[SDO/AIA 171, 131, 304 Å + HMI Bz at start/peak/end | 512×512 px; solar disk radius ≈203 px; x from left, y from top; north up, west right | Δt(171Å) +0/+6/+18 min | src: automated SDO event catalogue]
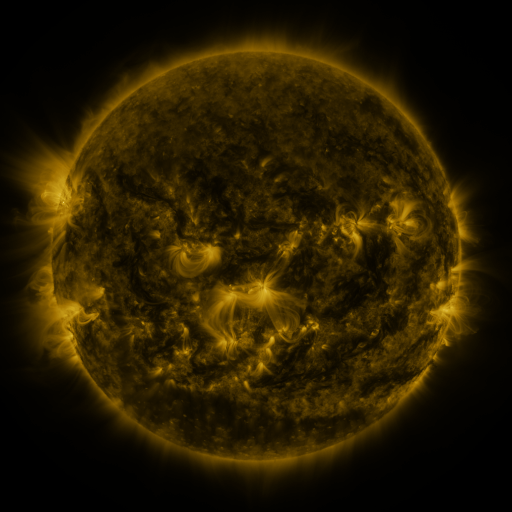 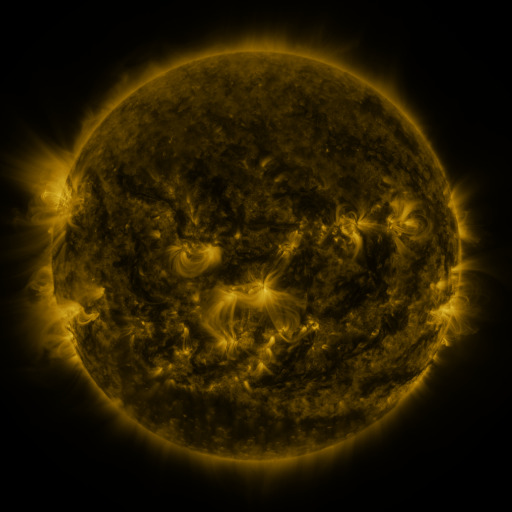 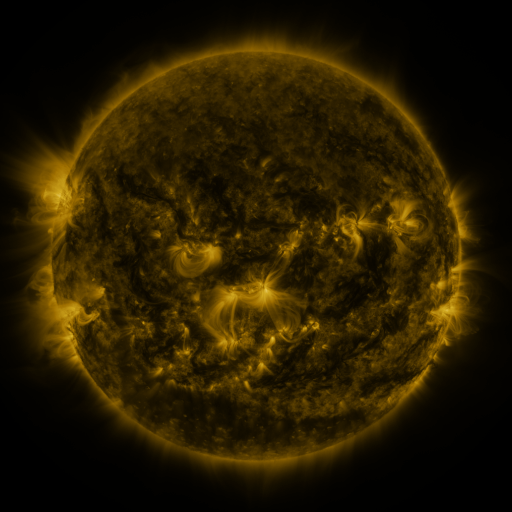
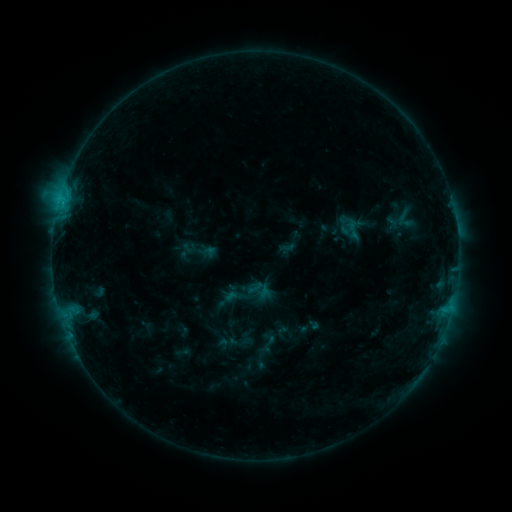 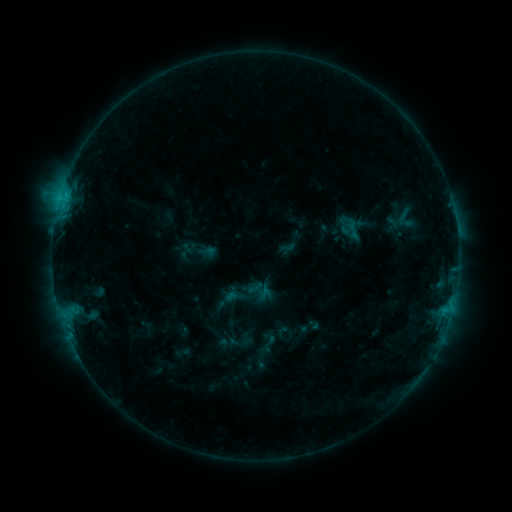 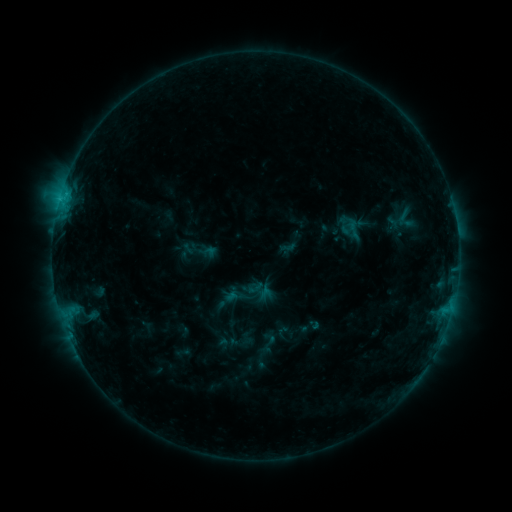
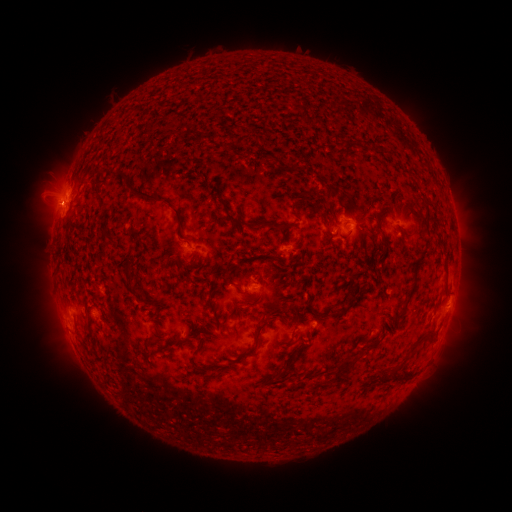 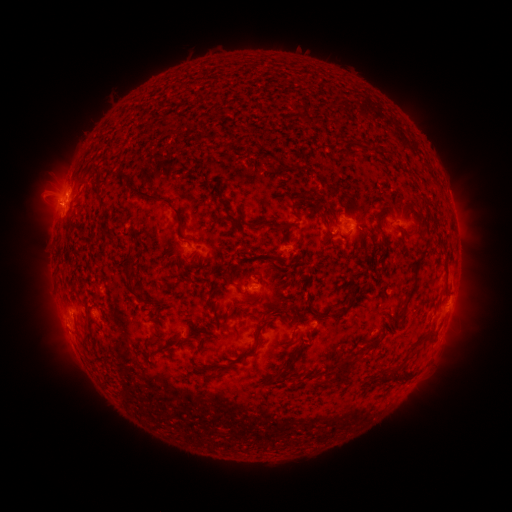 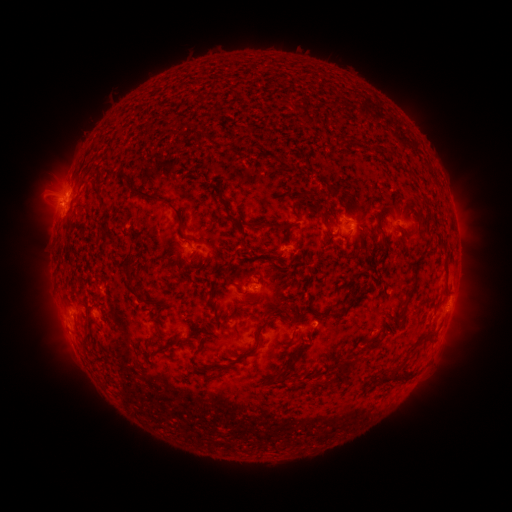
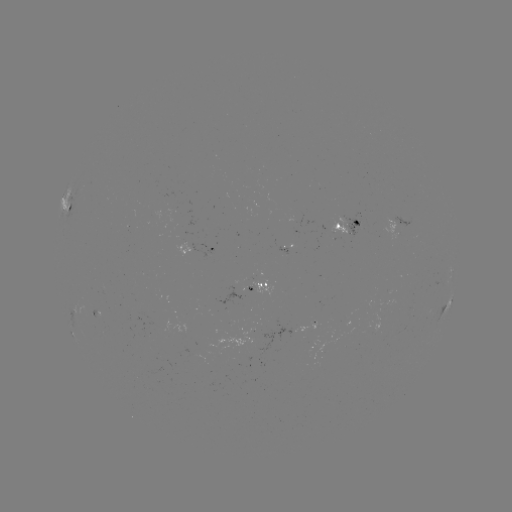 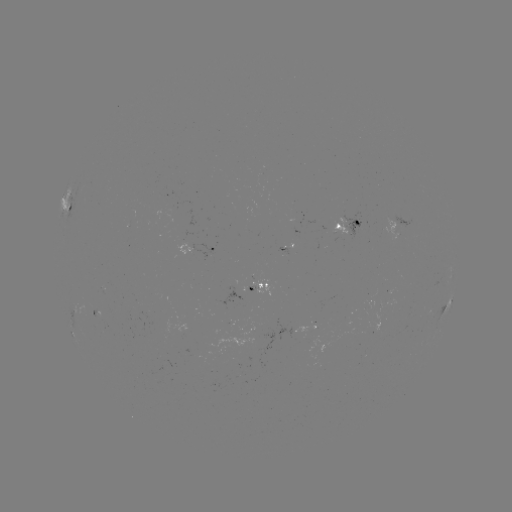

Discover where C1.1 flare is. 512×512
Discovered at (66, 195).